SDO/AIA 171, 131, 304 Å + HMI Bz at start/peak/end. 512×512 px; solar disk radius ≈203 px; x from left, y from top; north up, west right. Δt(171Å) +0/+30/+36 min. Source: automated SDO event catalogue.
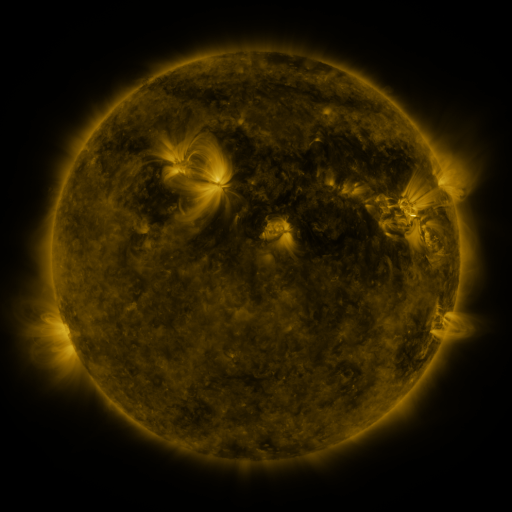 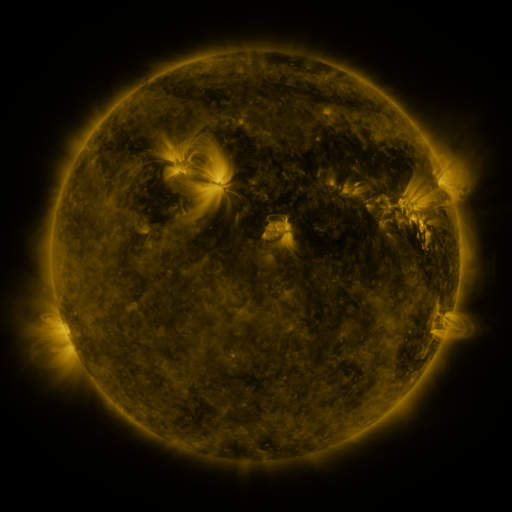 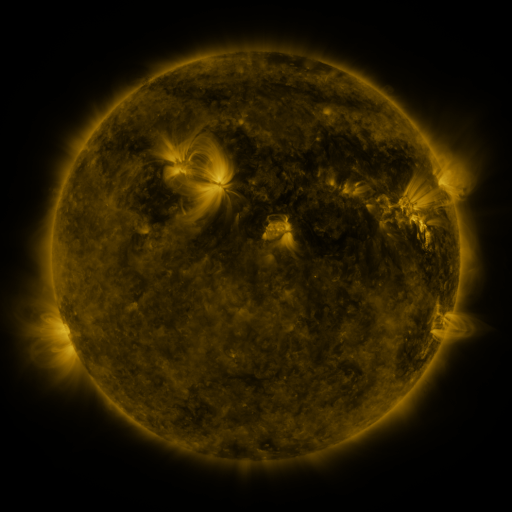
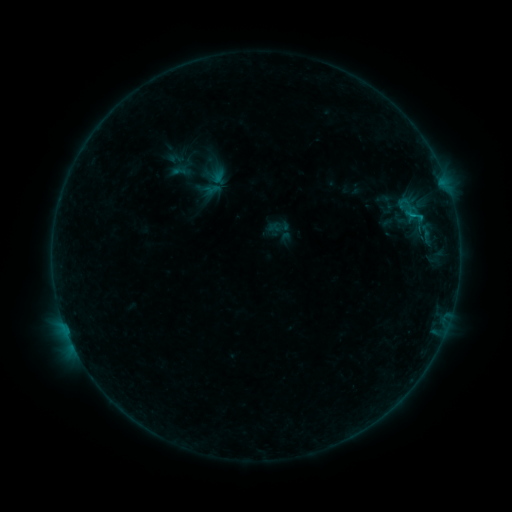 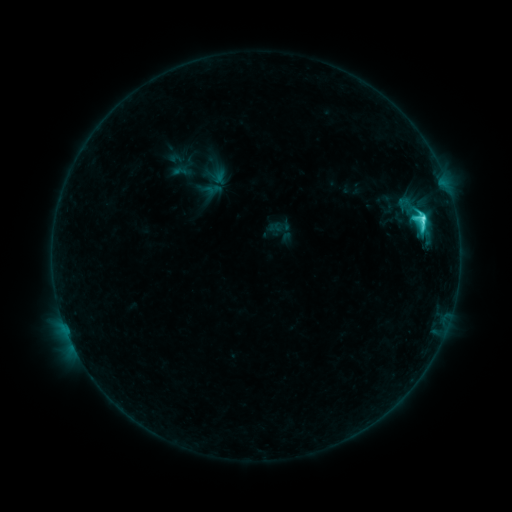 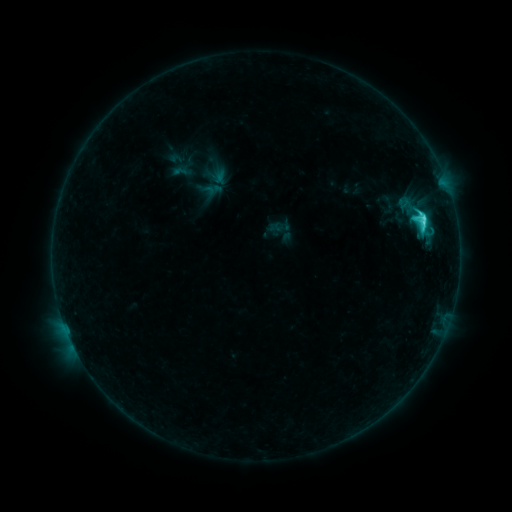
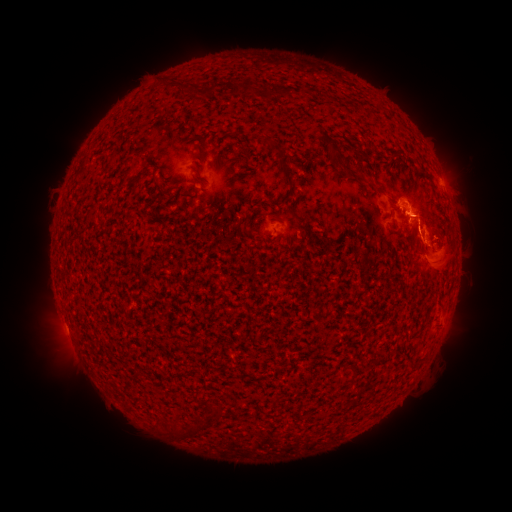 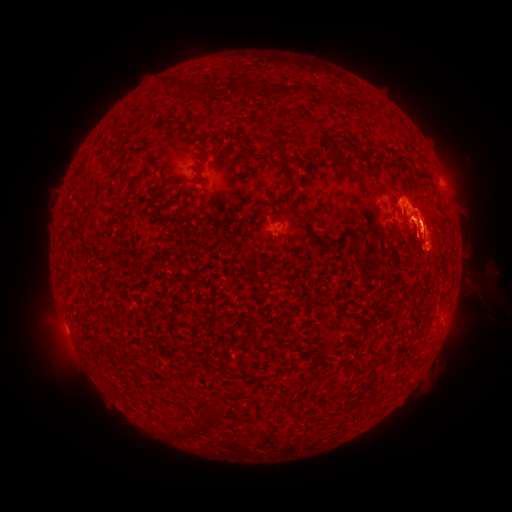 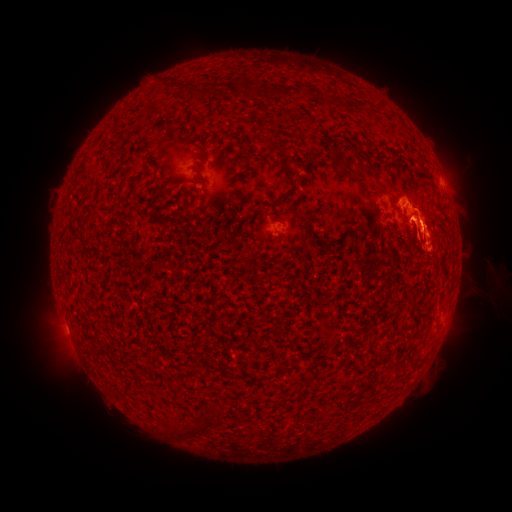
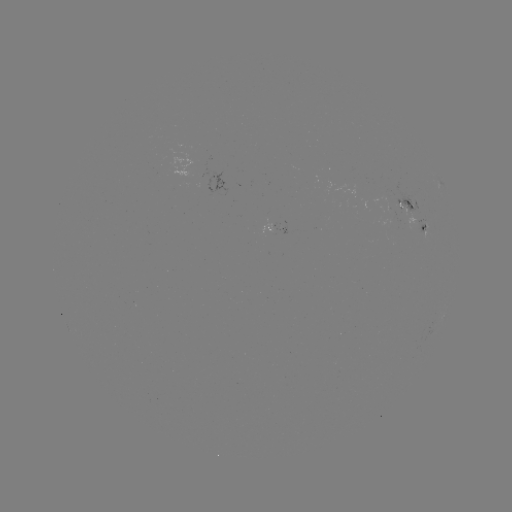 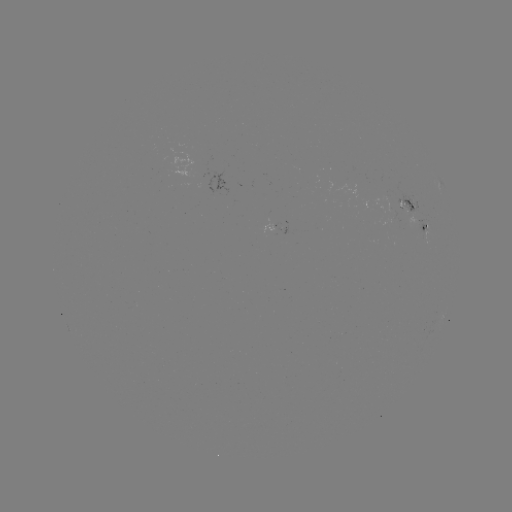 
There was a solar flare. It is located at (421, 226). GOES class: C4.4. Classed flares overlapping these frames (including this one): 1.